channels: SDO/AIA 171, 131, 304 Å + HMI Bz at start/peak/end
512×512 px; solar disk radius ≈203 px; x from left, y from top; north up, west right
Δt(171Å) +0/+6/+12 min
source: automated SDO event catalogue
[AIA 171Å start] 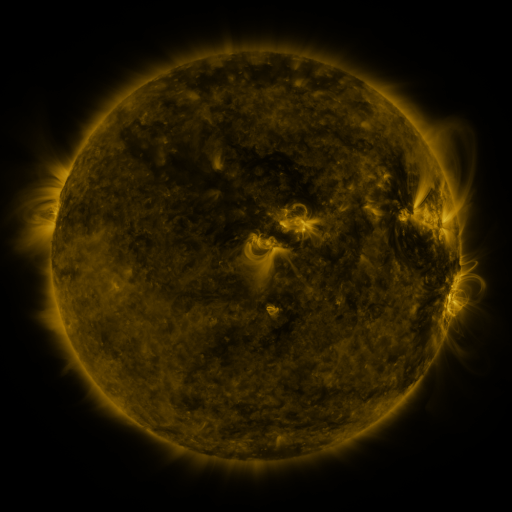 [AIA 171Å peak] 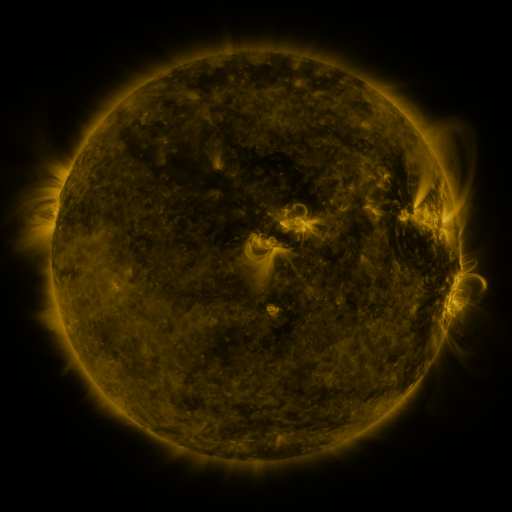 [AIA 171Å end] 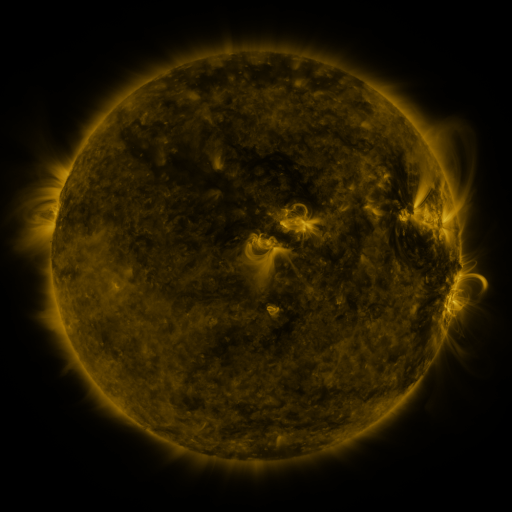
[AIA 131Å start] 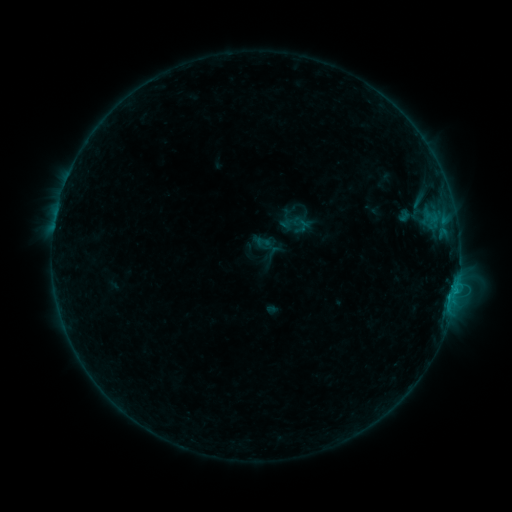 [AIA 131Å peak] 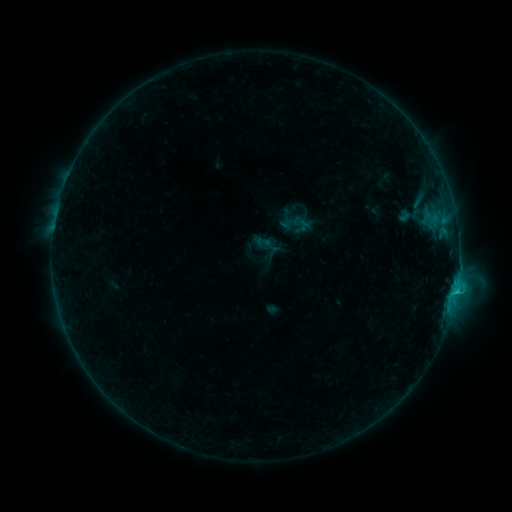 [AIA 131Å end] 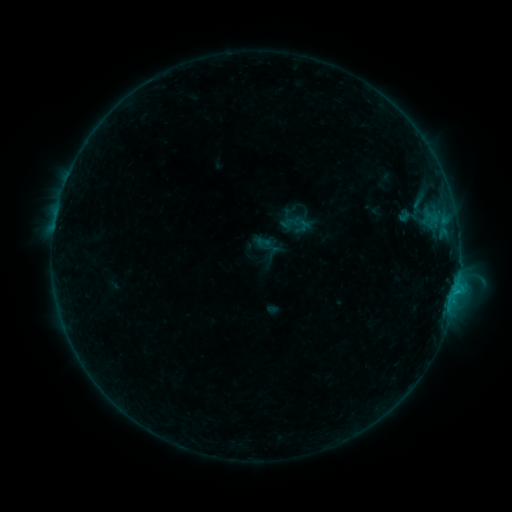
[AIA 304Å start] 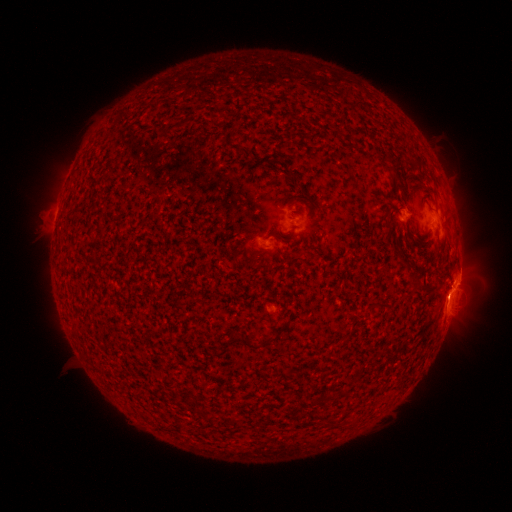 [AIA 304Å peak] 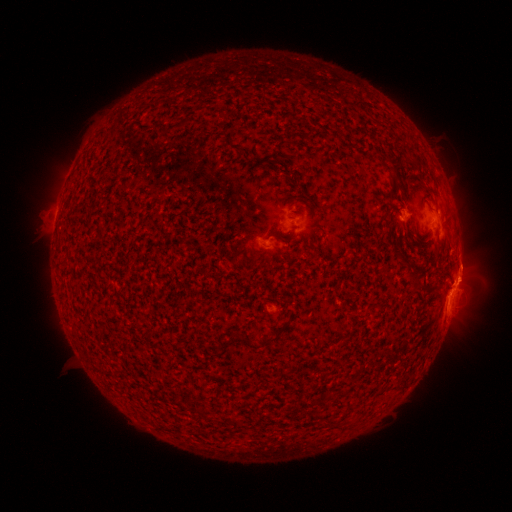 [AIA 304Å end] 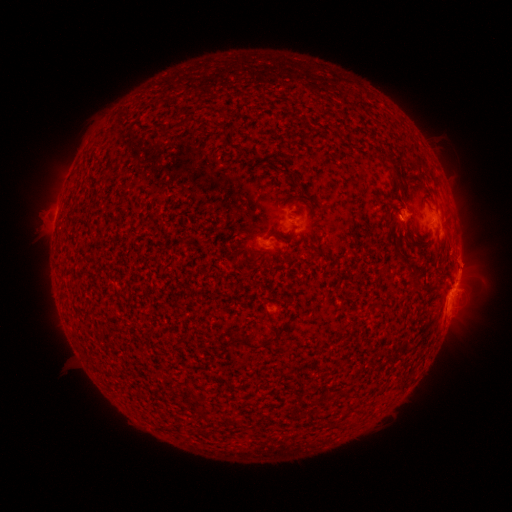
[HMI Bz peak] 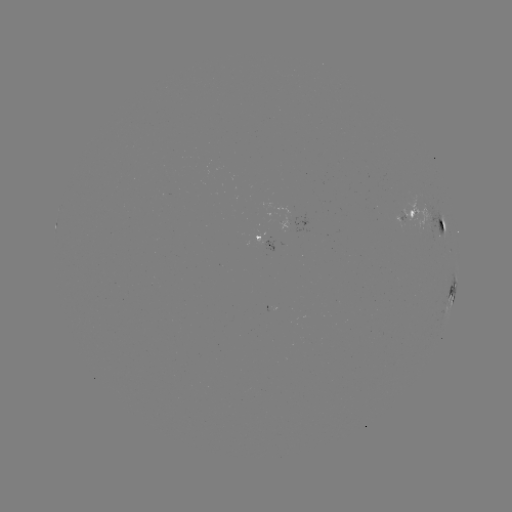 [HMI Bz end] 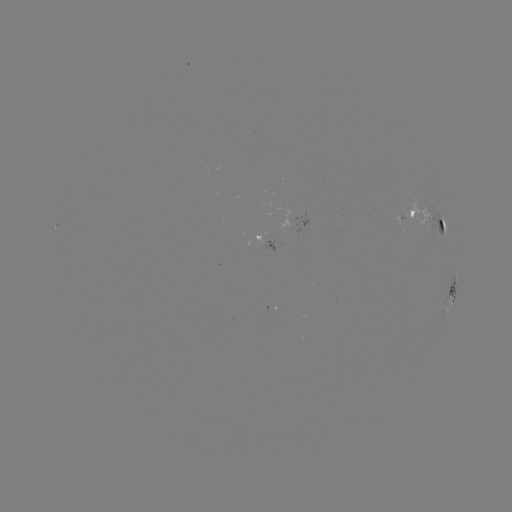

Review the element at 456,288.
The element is C1.4 flare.